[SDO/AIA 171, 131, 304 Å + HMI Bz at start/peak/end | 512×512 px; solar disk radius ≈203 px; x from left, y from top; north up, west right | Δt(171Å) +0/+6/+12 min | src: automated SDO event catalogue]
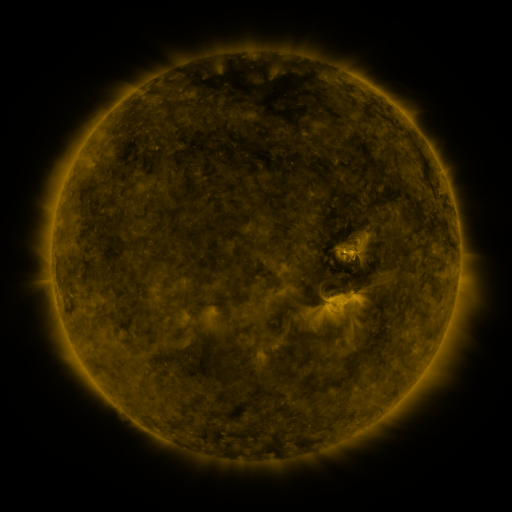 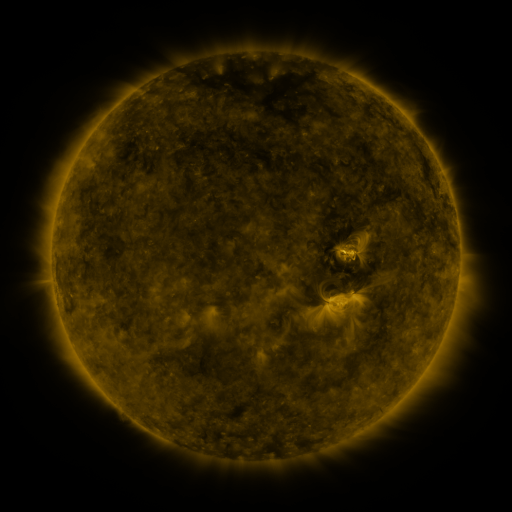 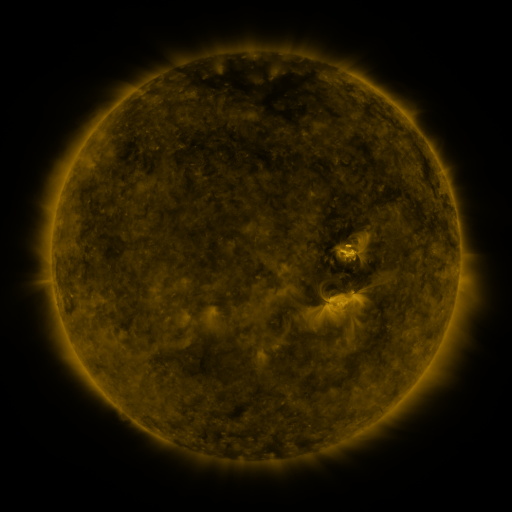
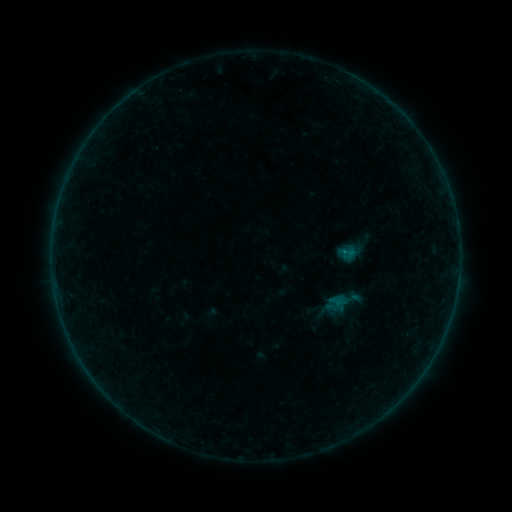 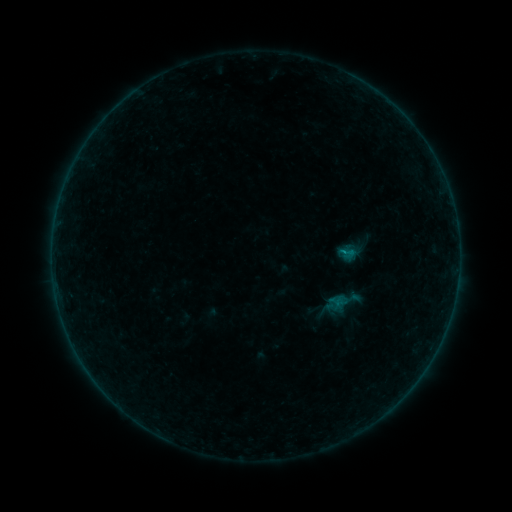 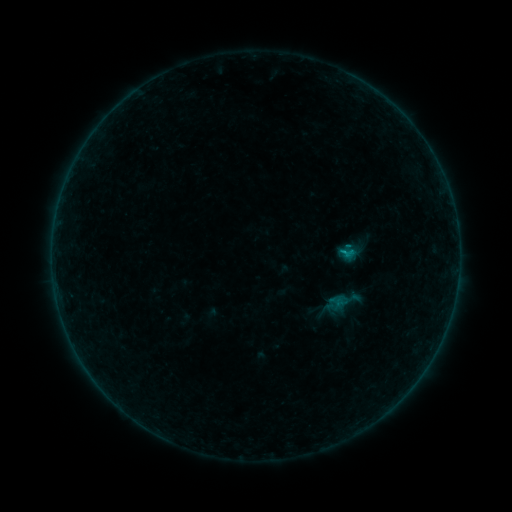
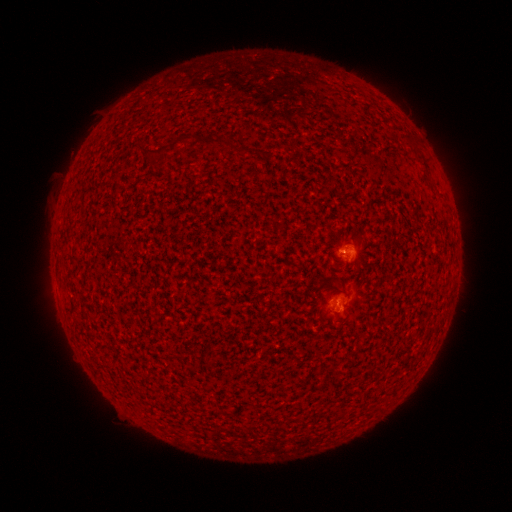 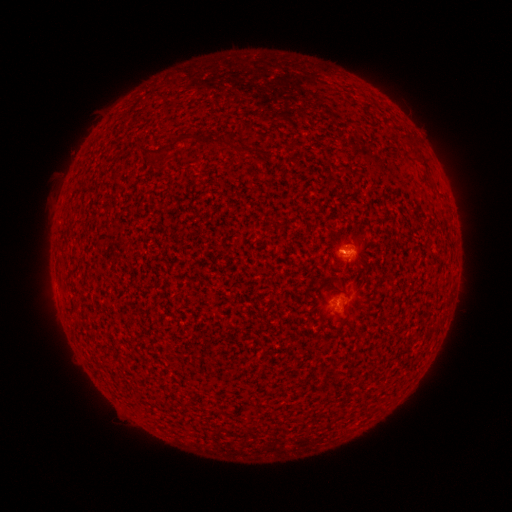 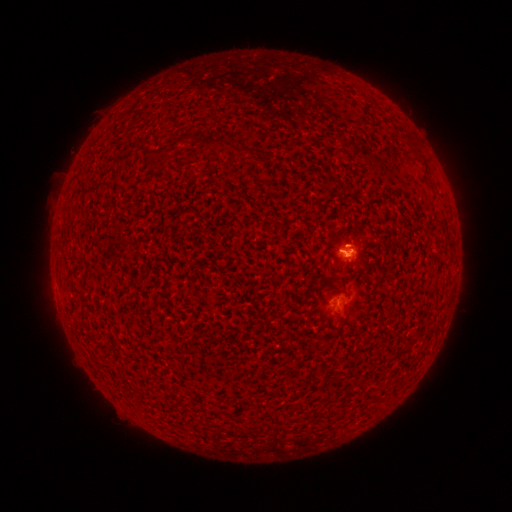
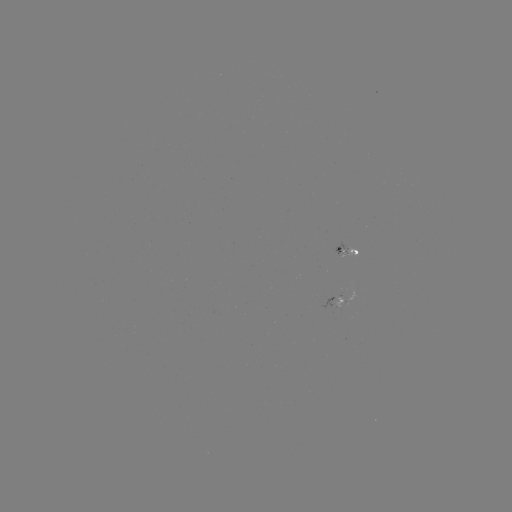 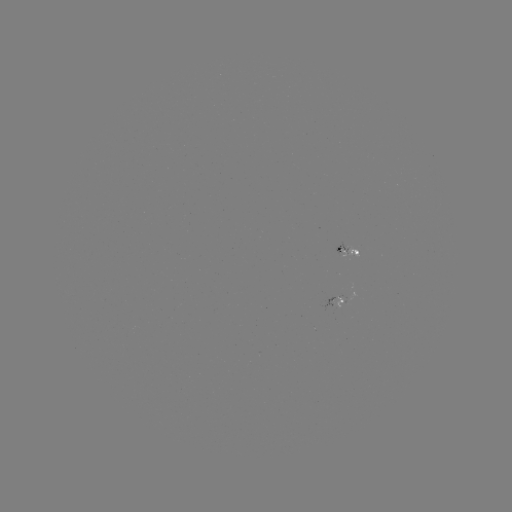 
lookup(B3.4 flare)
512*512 341,253